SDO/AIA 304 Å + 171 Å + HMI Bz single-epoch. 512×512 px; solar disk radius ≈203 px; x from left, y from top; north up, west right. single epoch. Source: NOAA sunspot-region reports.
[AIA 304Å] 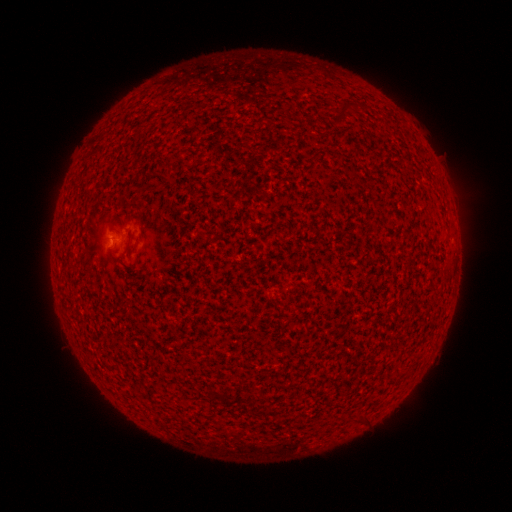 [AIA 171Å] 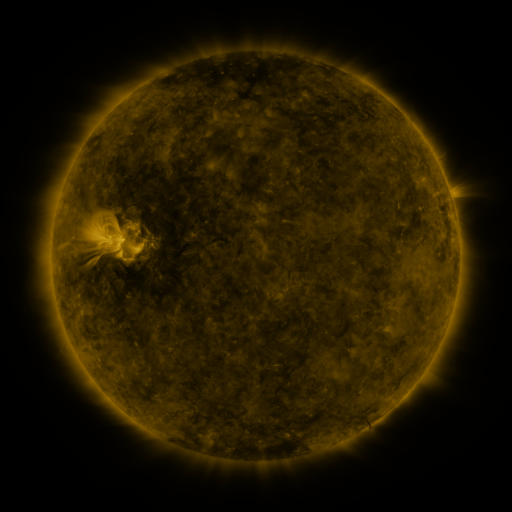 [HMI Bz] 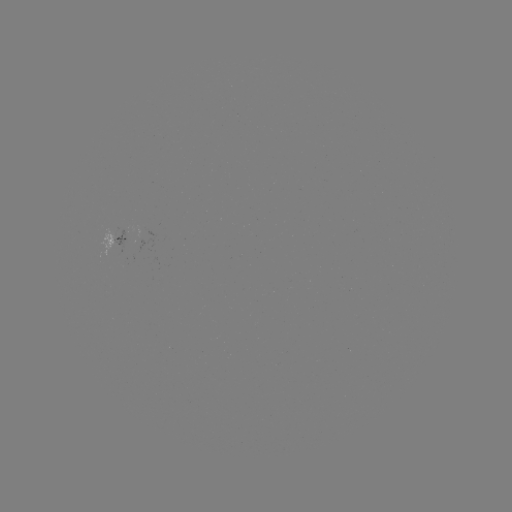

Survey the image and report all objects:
spotted active region: (117, 240)
